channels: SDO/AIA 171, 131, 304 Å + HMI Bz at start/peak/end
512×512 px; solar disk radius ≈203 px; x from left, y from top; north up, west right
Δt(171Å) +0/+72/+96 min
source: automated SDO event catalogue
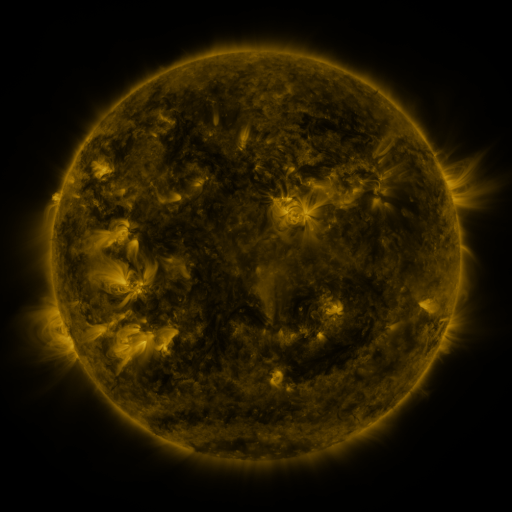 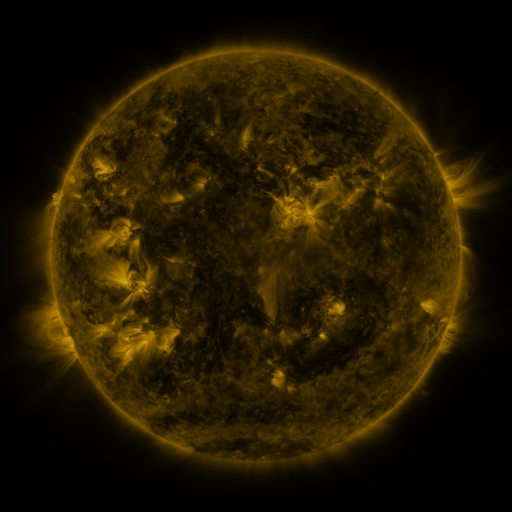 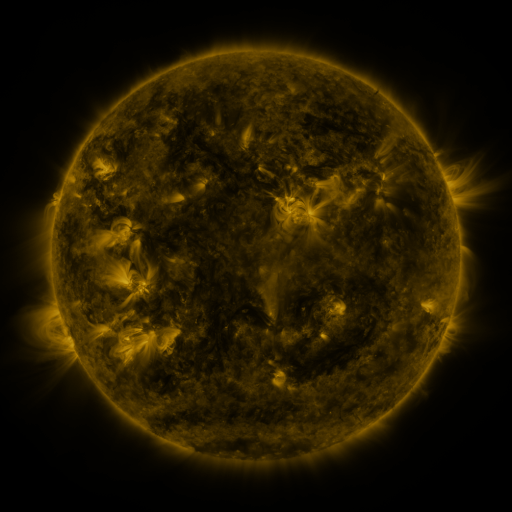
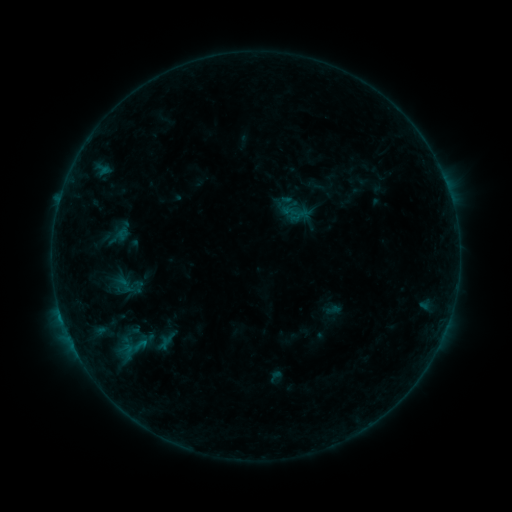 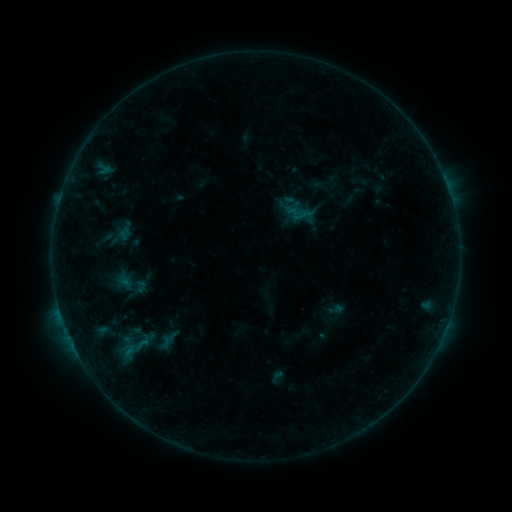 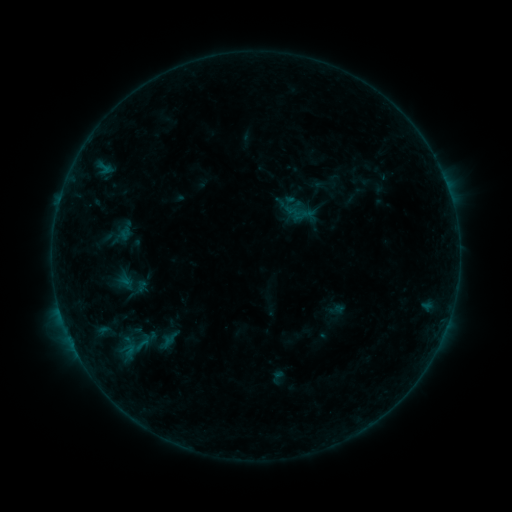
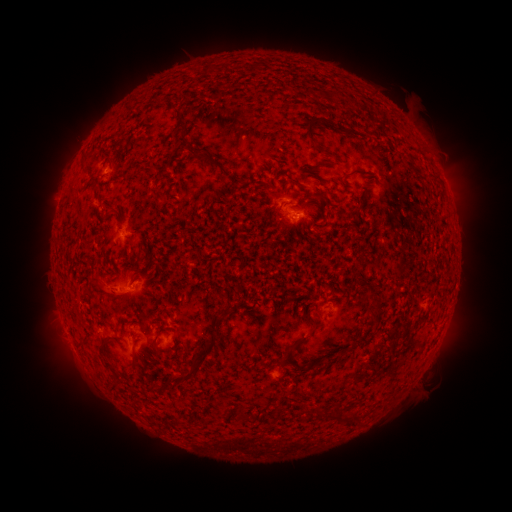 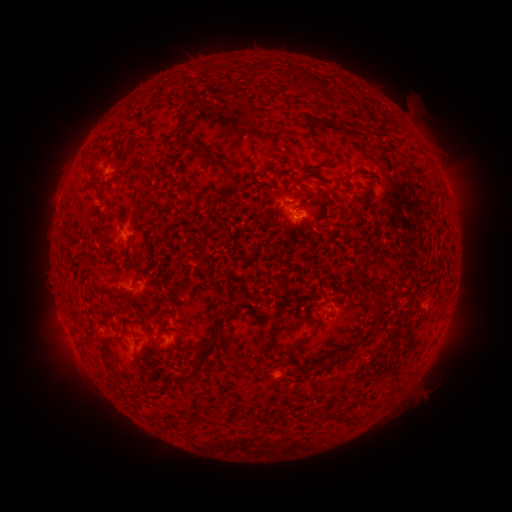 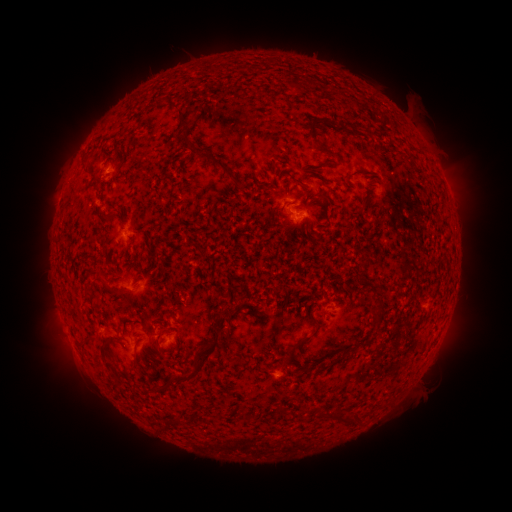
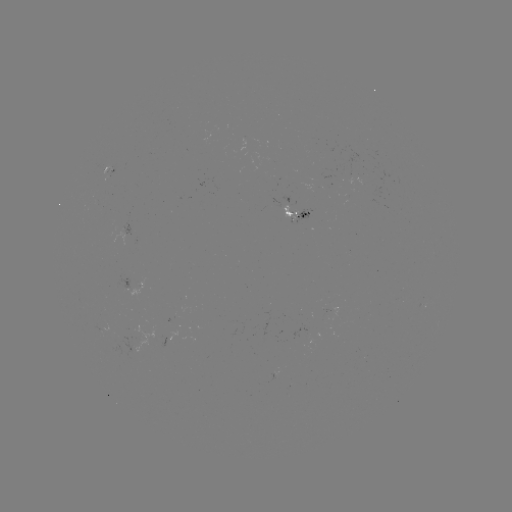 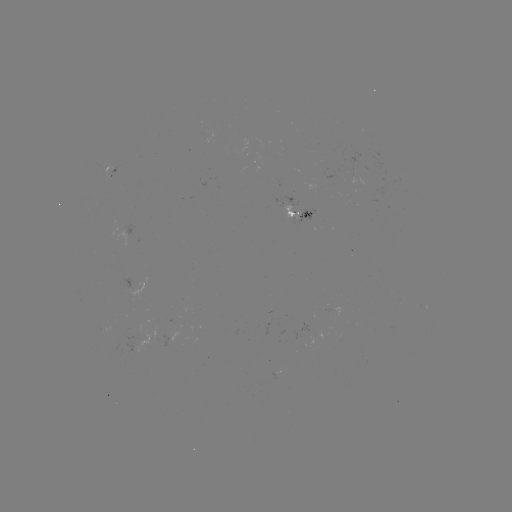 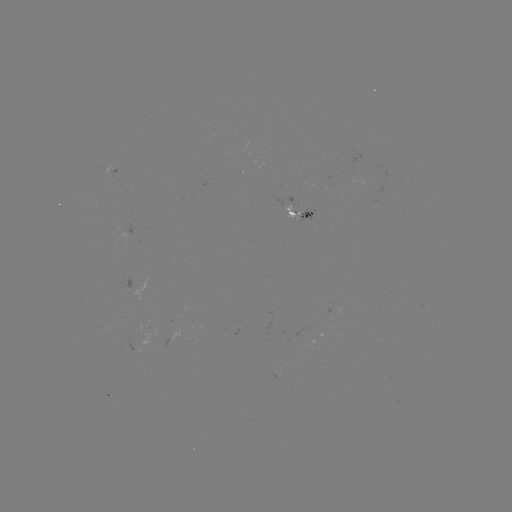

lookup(emerging-flux region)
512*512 370,190